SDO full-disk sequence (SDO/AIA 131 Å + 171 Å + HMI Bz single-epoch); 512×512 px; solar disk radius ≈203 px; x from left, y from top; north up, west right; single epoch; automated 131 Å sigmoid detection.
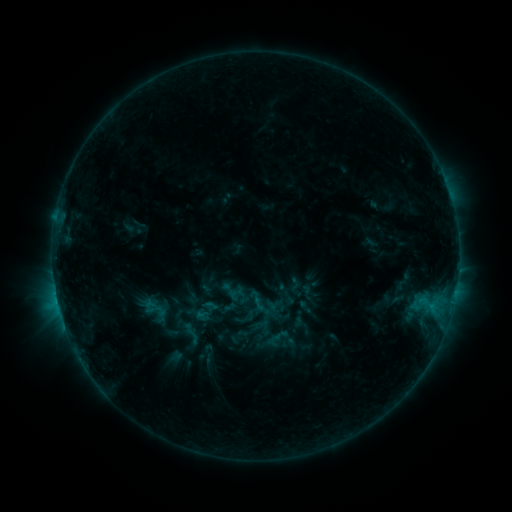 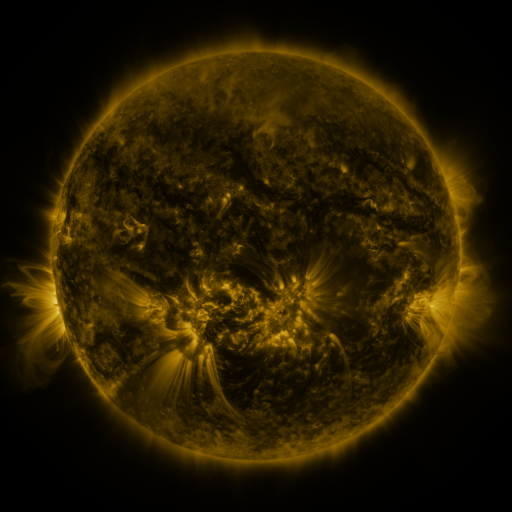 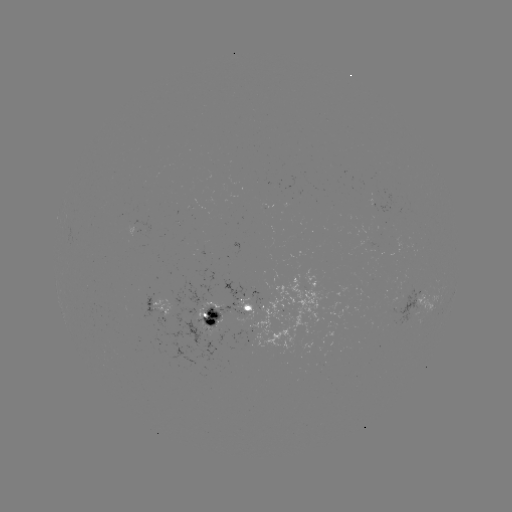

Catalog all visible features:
sigmoid: (220, 281, 242, 301)
sigmoid: (137, 294, 173, 325)
